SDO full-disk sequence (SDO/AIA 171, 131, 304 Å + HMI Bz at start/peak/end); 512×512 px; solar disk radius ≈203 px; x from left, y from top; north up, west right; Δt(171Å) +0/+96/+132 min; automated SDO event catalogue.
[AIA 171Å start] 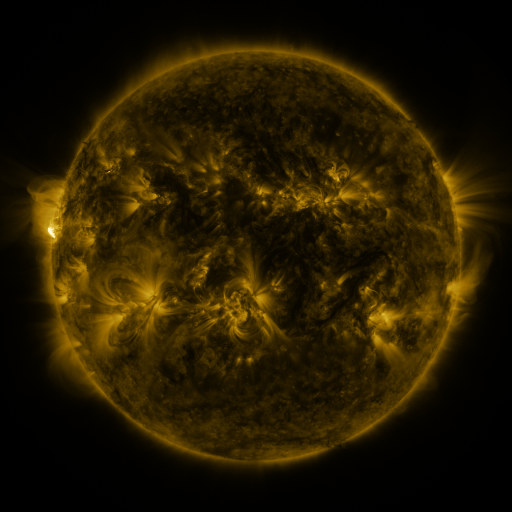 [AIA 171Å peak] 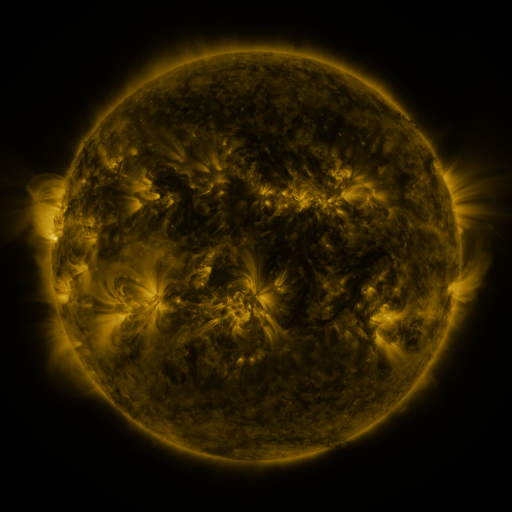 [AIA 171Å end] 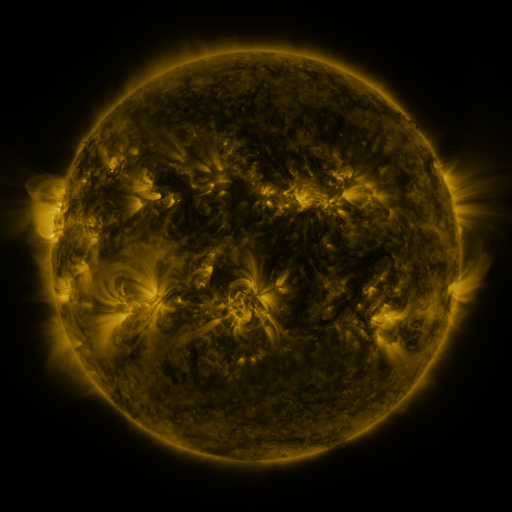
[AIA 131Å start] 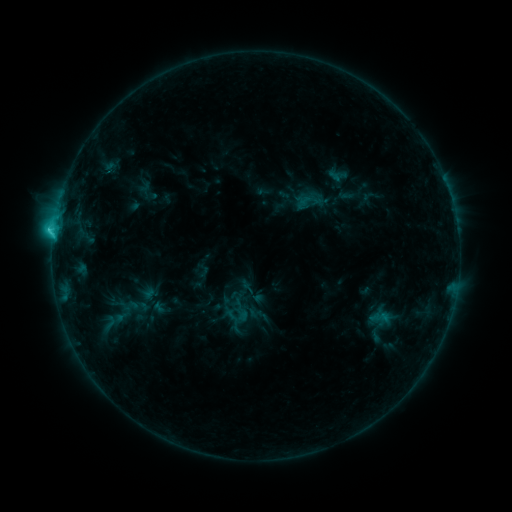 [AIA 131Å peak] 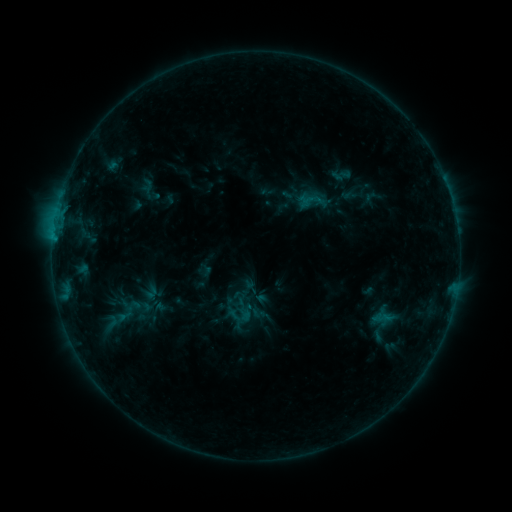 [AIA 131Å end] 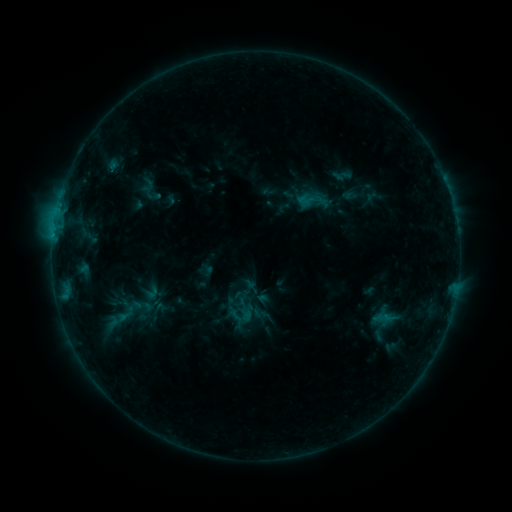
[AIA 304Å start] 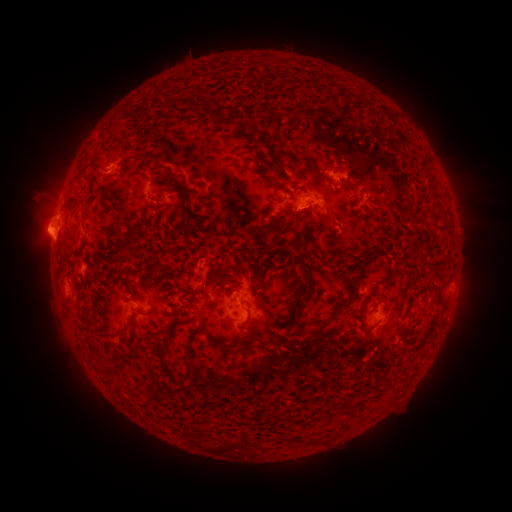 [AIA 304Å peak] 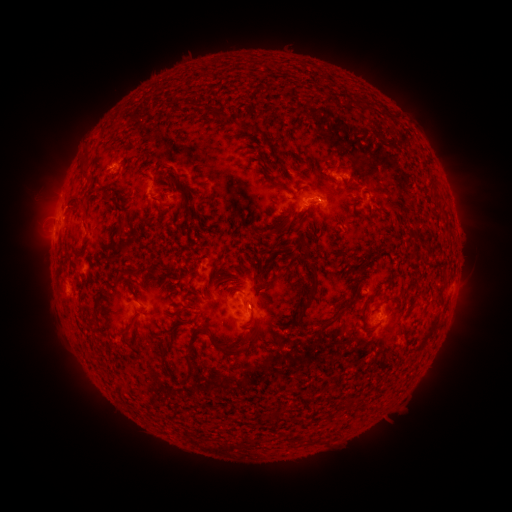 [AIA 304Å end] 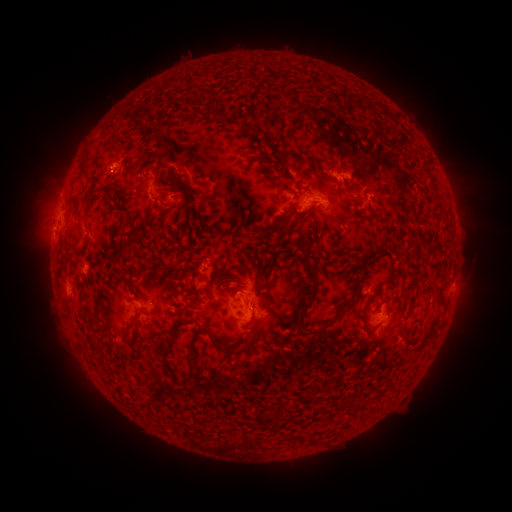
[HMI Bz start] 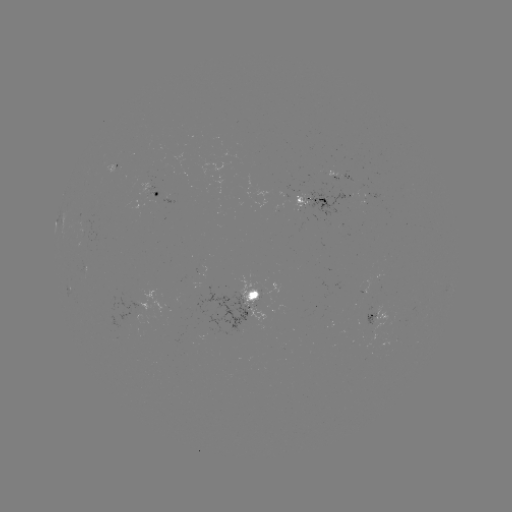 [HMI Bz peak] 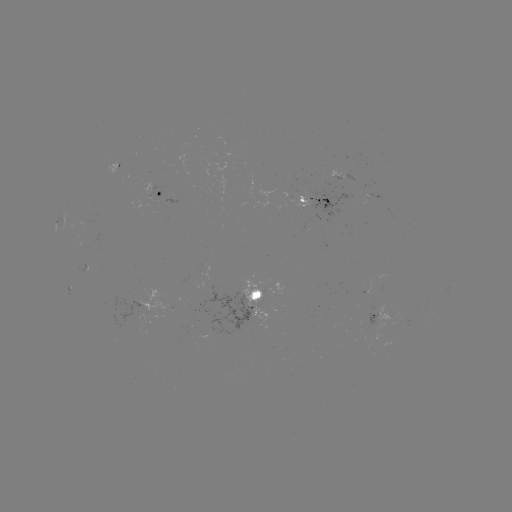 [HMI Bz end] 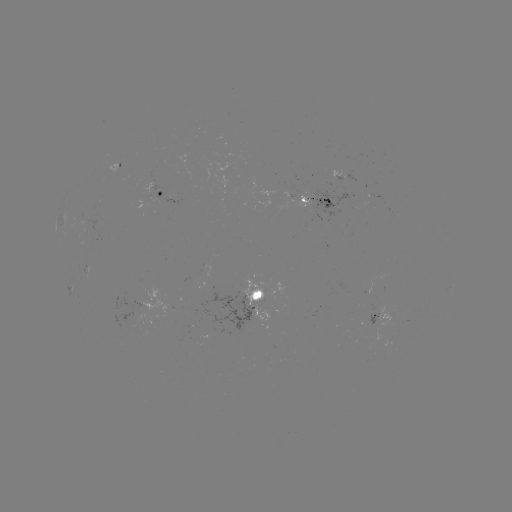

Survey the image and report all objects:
emerging-flux region: (149, 191)
